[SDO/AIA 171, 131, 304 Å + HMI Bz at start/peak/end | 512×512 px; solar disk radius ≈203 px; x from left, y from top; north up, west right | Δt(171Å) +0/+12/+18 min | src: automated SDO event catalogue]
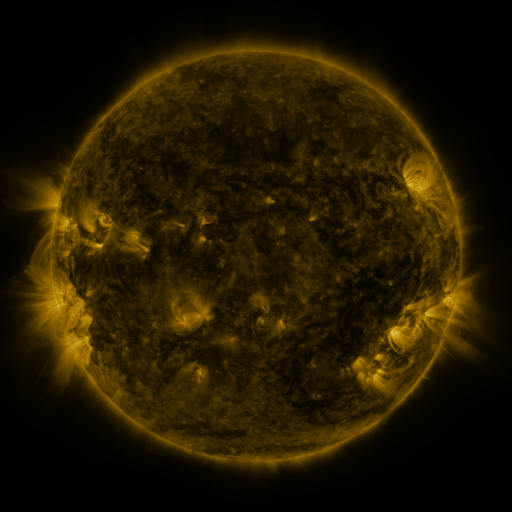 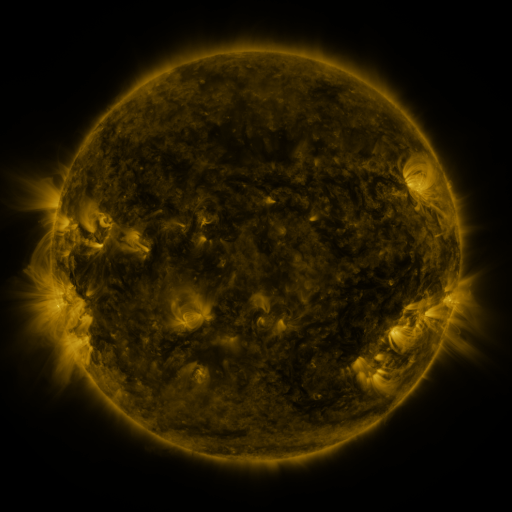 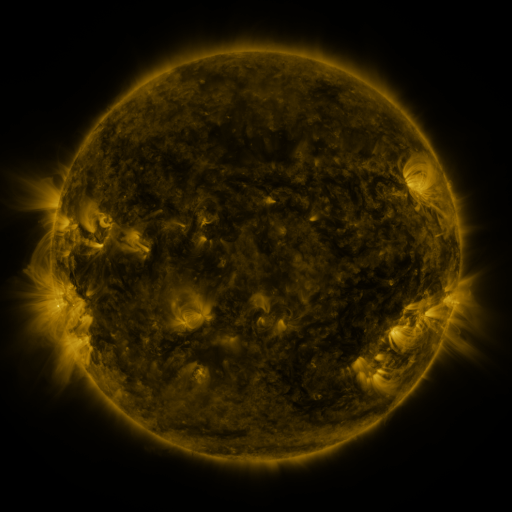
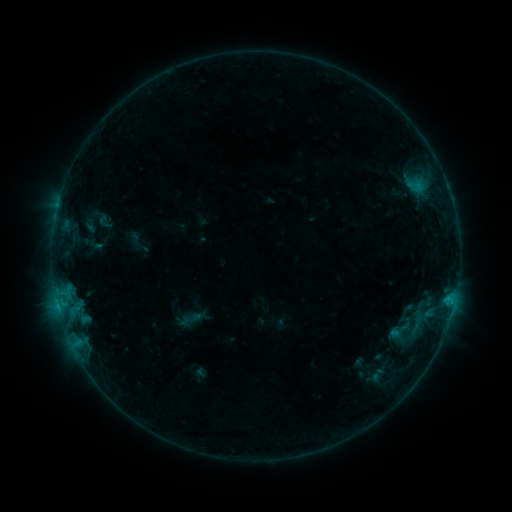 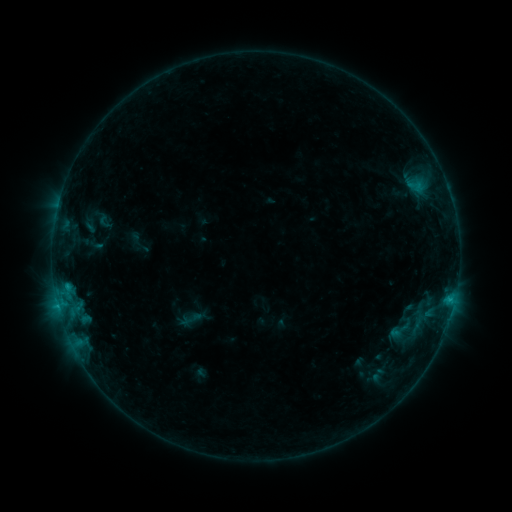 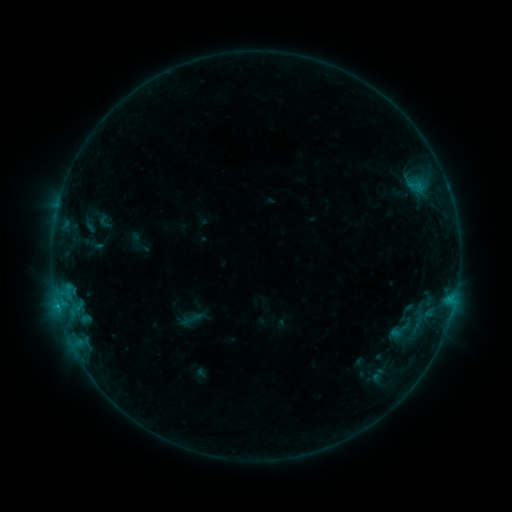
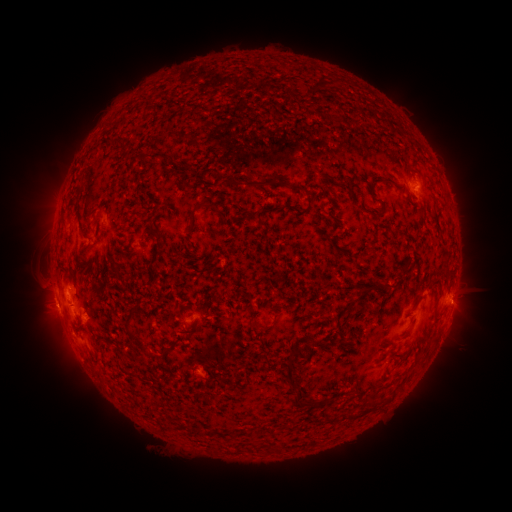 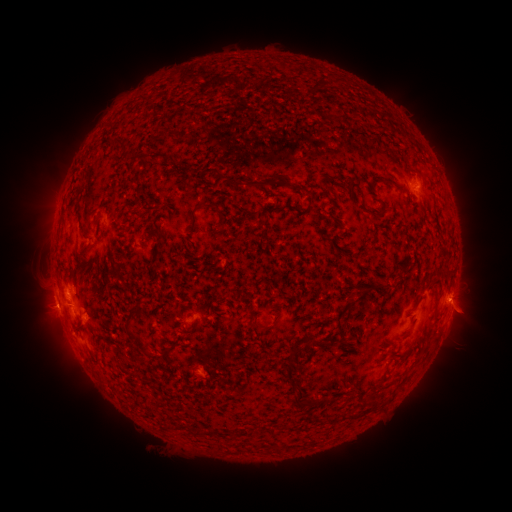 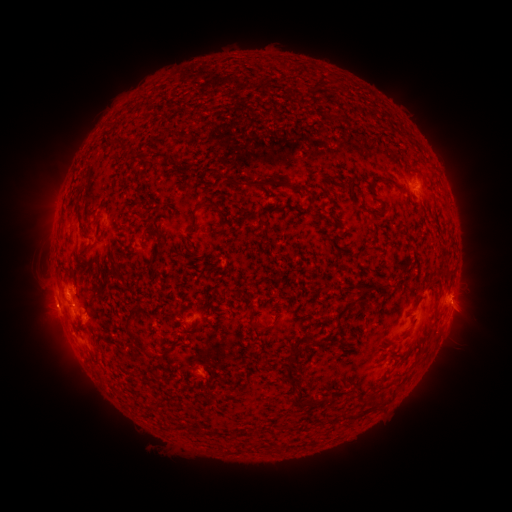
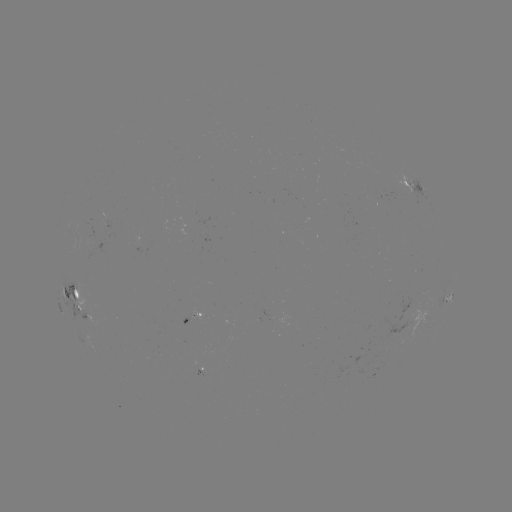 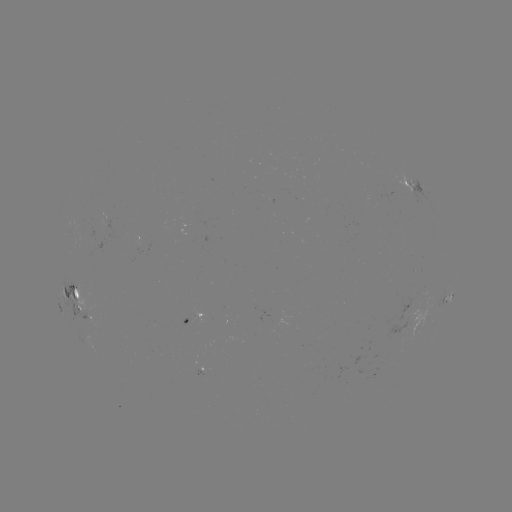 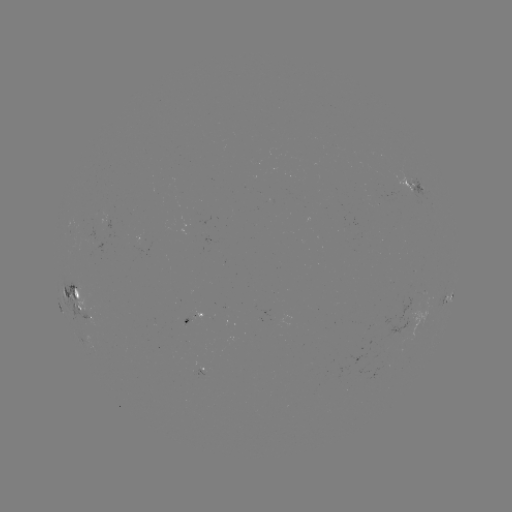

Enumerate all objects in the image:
B8.7 flare: (67, 284)
